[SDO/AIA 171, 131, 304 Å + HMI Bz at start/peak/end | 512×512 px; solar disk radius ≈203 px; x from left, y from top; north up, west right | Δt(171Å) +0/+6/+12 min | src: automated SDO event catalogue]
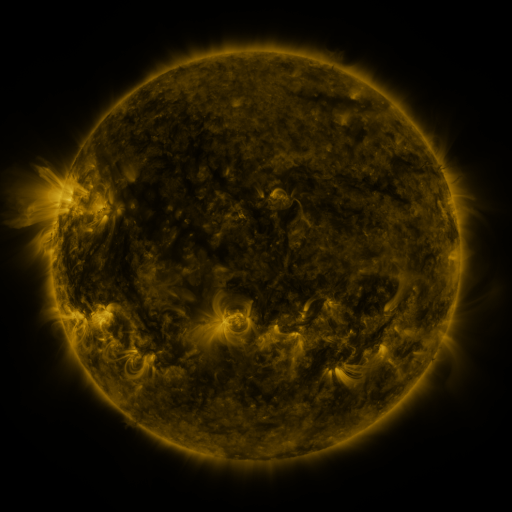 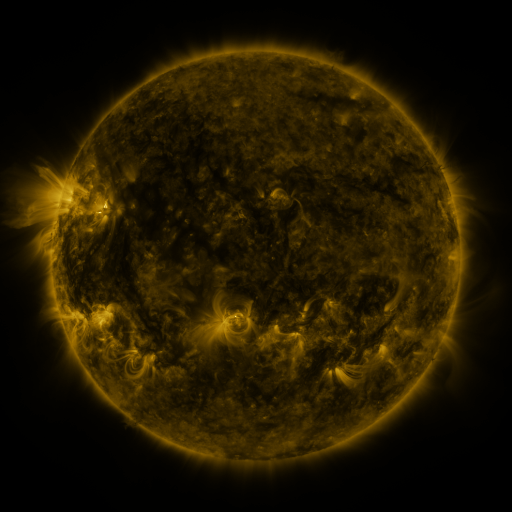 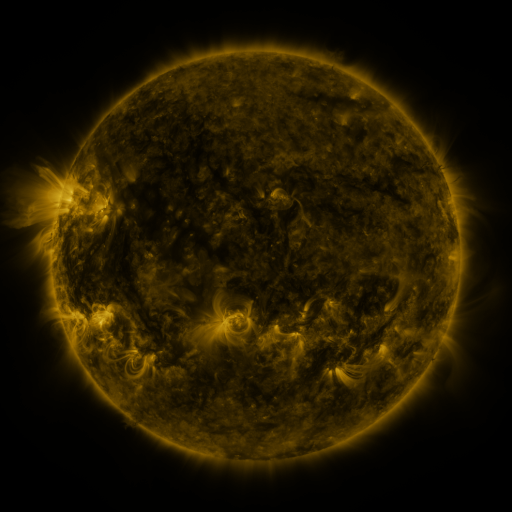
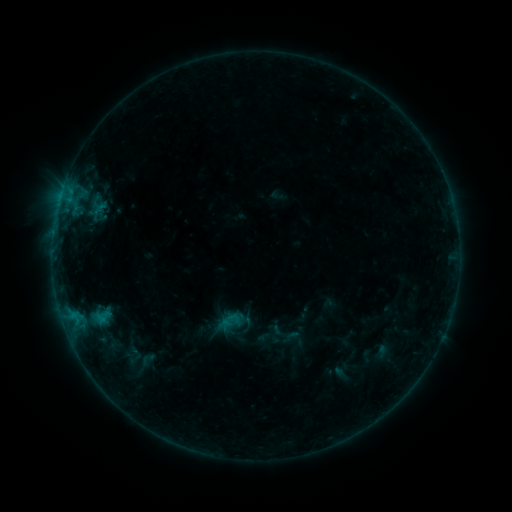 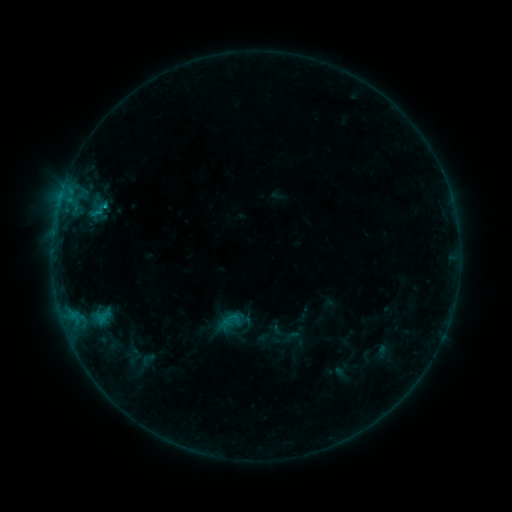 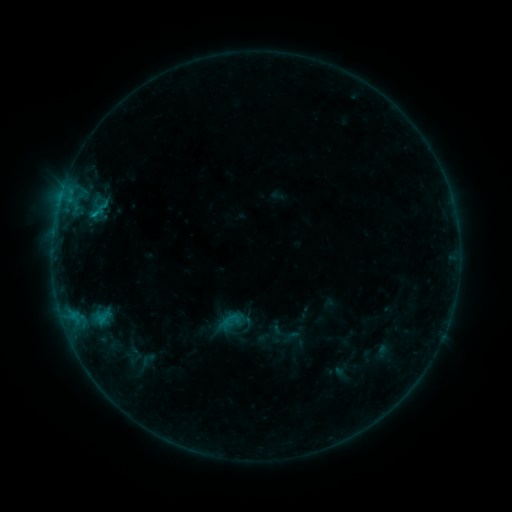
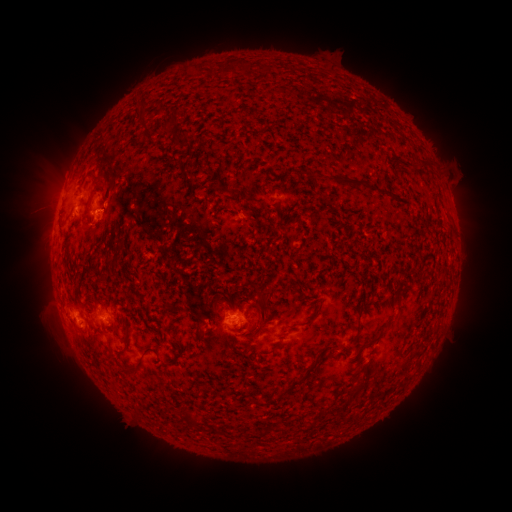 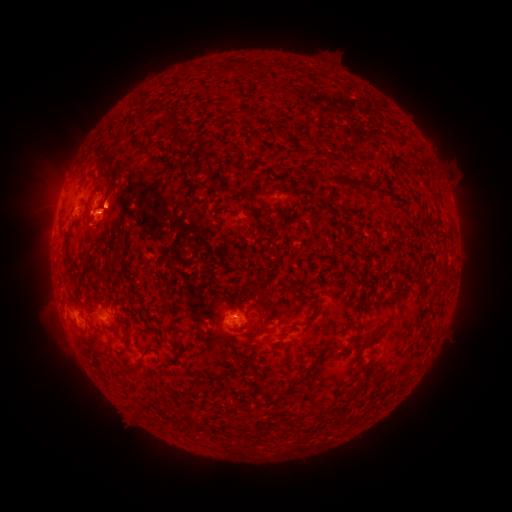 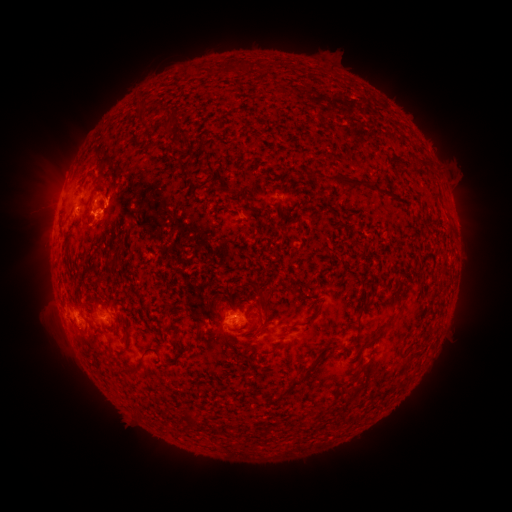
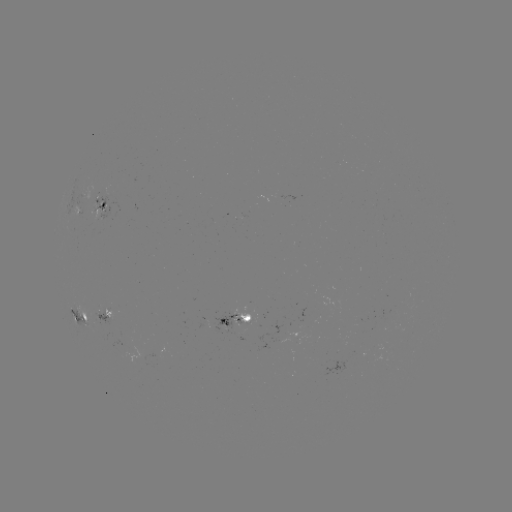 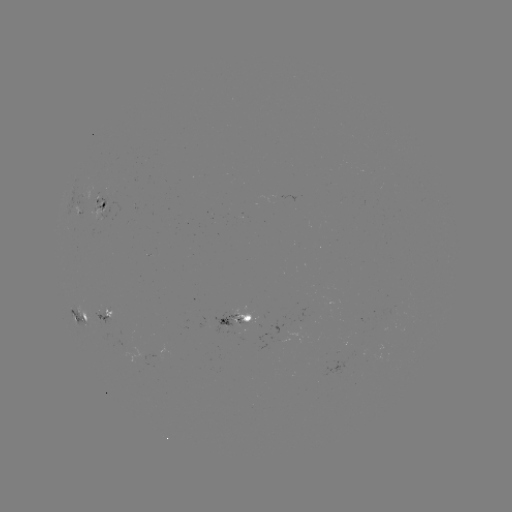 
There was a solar eruption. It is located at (116, 198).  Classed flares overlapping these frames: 1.